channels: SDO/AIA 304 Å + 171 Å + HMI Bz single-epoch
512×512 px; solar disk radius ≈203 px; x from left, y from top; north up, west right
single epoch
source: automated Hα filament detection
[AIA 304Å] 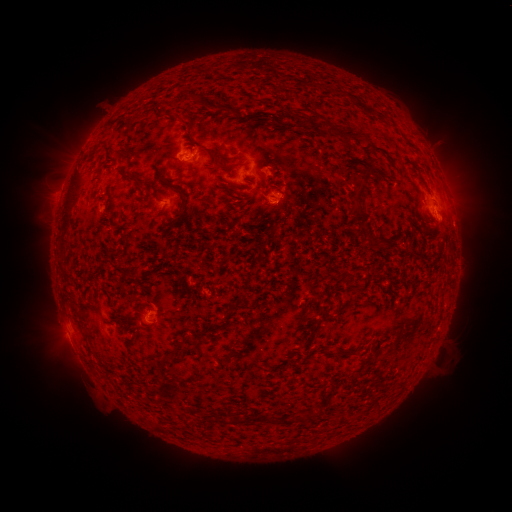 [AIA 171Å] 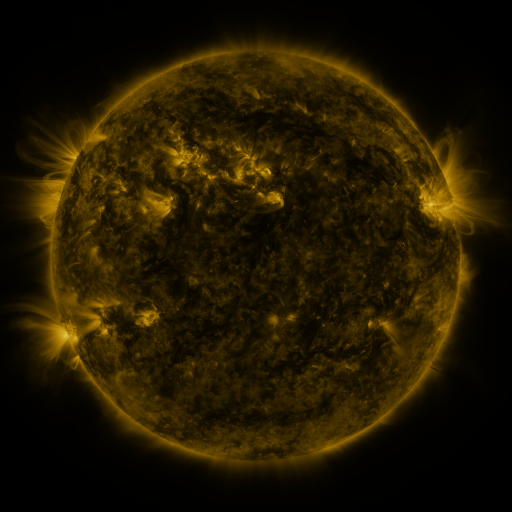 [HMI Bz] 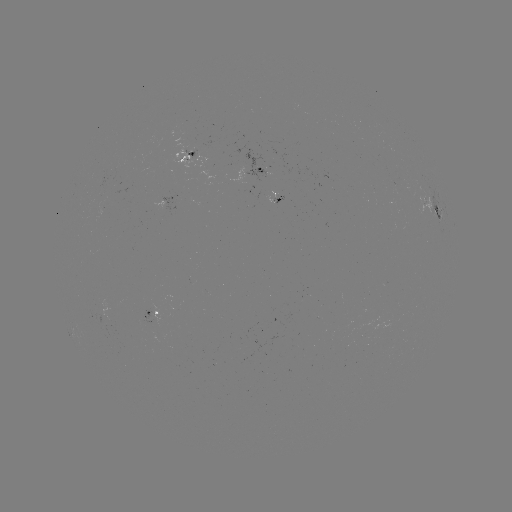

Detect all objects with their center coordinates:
filament: (195, 99)
filament: (237, 112)
filament: (298, 120)
filament: (314, 127)
filament: (352, 135)
filament: (410, 144)
filament: (212, 153)
filament: (236, 165)
filament: (223, 166)
filament: (124, 175)
filament: (153, 185)
filament: (359, 193)
filament: (110, 201)
filament: (67, 208)
filament: (383, 243)
filament: (348, 278)
filament: (96, 300)
filament: (327, 315)
filament: (85, 337)
filament: (134, 337)
filament: (255, 419)
filament: (223, 421)
